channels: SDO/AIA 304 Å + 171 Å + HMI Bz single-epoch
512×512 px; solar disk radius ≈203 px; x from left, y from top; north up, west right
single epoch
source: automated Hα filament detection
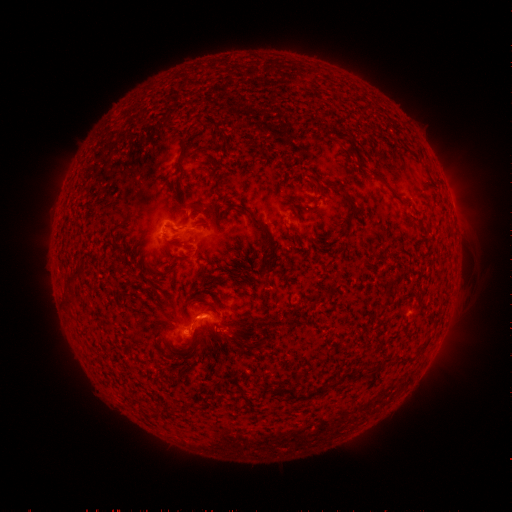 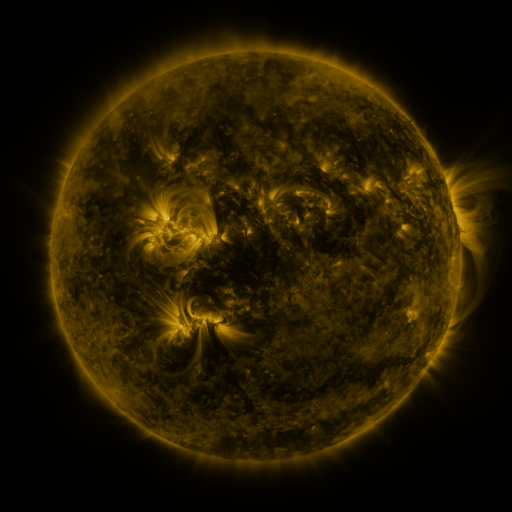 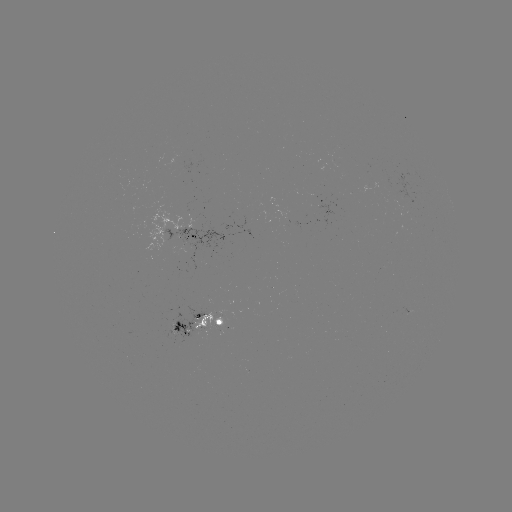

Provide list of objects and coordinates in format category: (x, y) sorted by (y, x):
filament: (200, 122)
filament: (189, 132)
filament: (353, 156)
filament: (180, 160)
filament: (331, 184)
filament: (352, 214)
filament: (257, 223)
filament: (174, 244)
filament: (266, 264)
filament: (79, 271)
filament: (211, 304)
filament: (381, 314)
filament: (193, 335)
filament: (424, 348)
filament: (352, 376)
filament: (305, 396)
